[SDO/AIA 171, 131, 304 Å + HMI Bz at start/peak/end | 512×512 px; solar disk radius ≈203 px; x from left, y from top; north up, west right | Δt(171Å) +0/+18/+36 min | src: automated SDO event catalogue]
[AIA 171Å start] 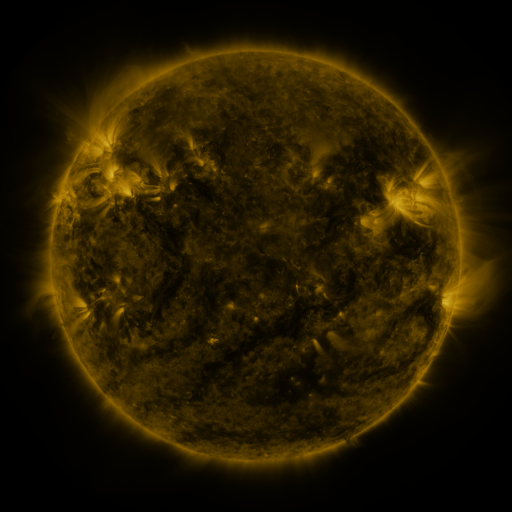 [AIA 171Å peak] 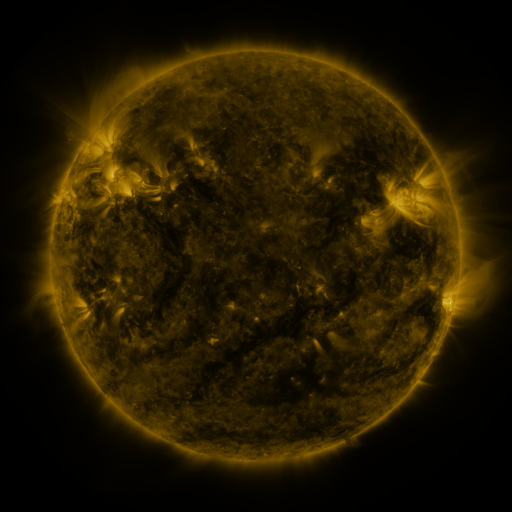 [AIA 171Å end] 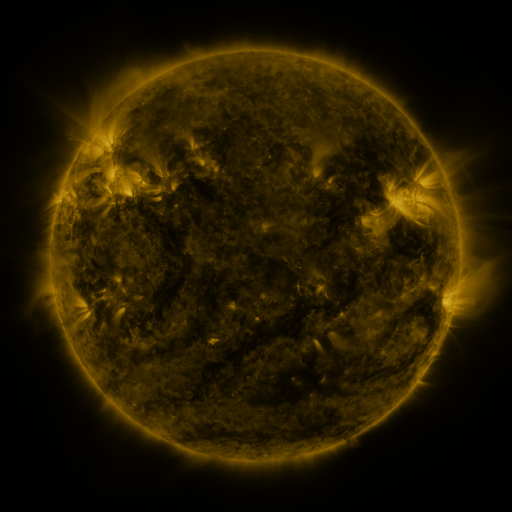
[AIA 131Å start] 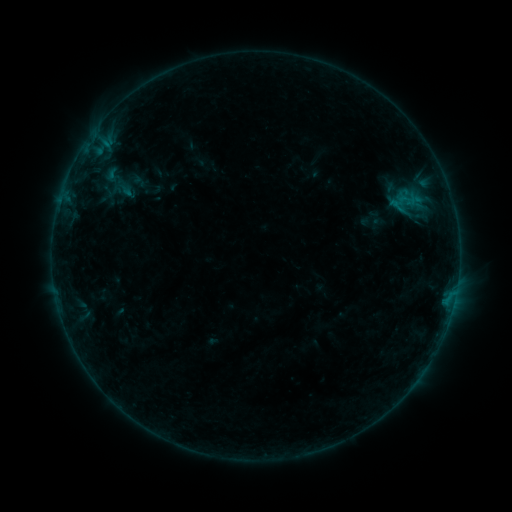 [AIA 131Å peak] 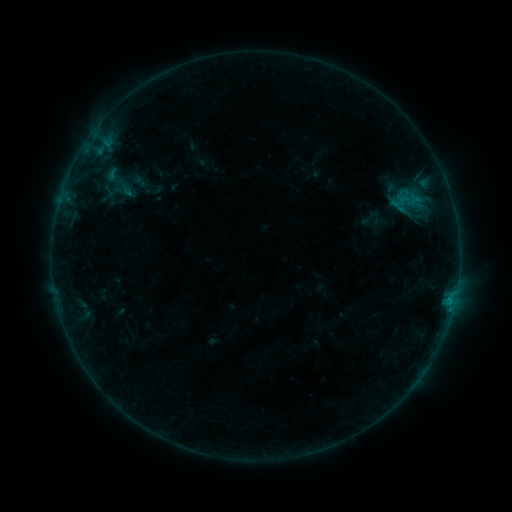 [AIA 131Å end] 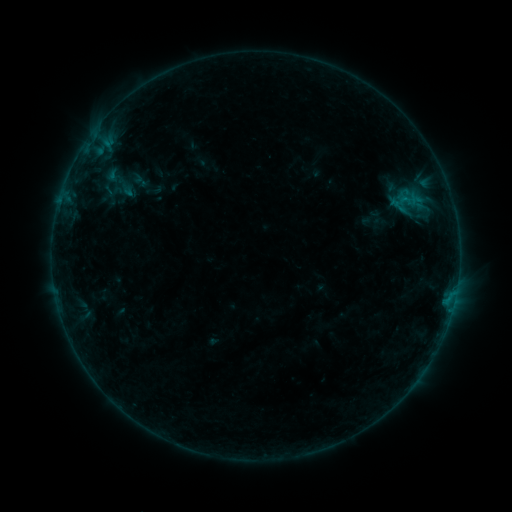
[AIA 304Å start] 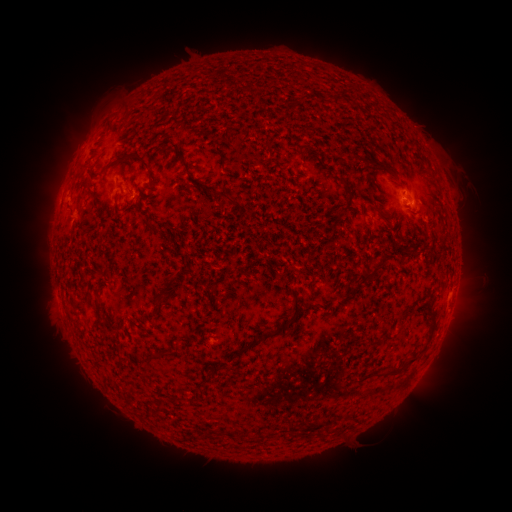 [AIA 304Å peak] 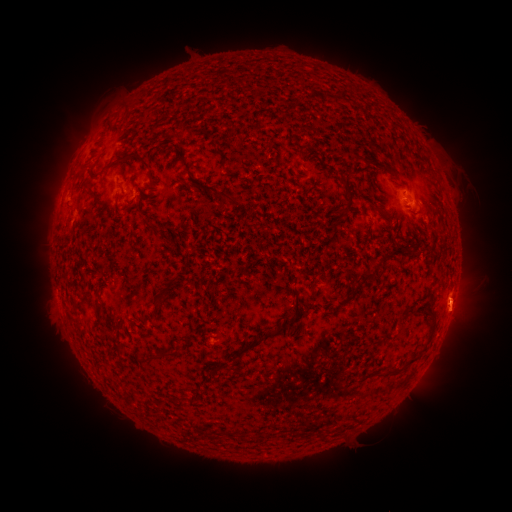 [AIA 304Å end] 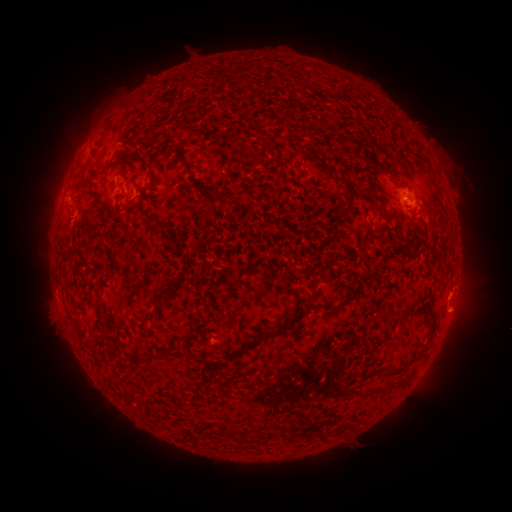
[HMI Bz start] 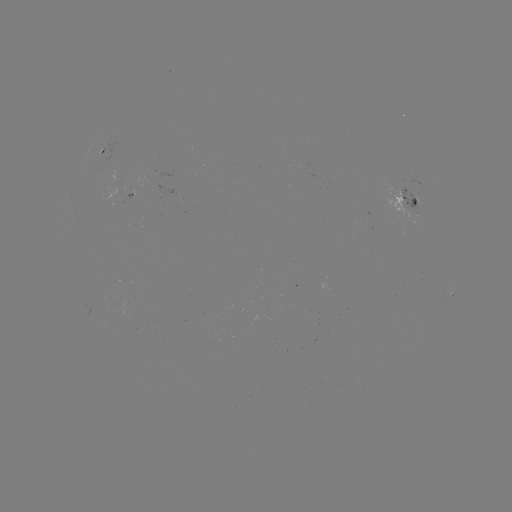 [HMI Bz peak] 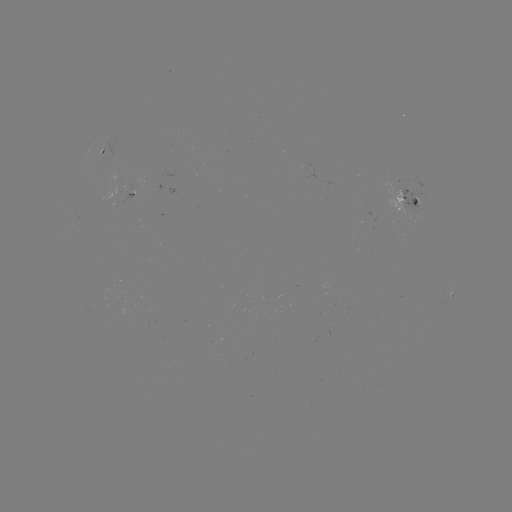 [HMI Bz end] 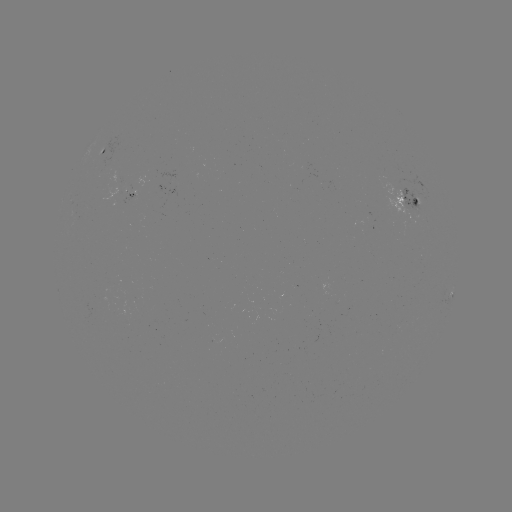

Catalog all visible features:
eruption: (460, 309)
